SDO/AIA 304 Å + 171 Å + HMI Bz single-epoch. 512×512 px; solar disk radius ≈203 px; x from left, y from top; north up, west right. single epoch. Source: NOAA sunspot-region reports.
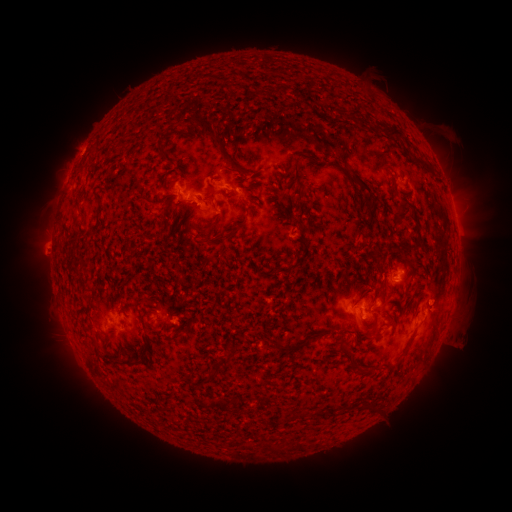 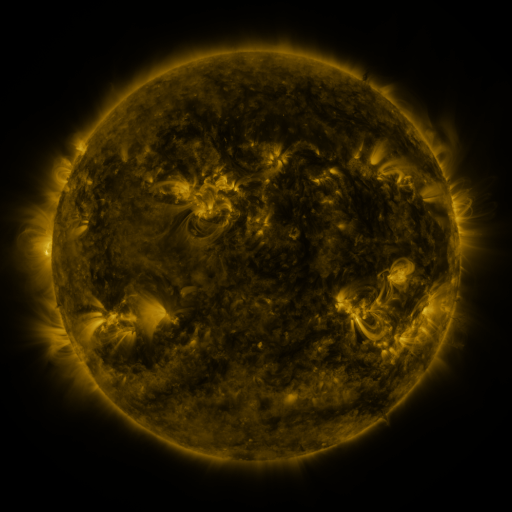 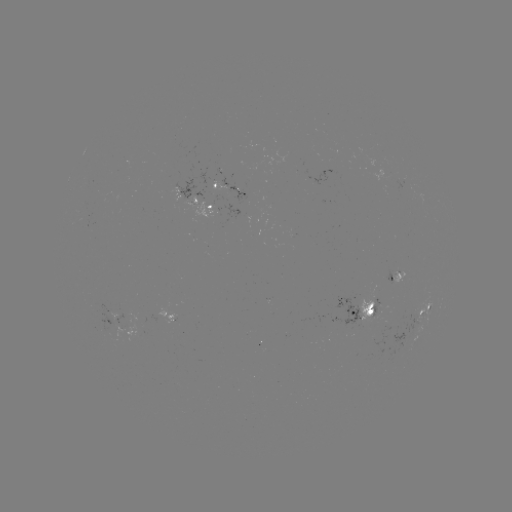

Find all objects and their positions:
spotted active region: (235, 191)
spotted active region: (201, 202)
spotted active region: (417, 273)
spotted active region: (372, 309)
spotted active region: (429, 310)
spotted active region: (120, 317)
spotted active region: (184, 318)
